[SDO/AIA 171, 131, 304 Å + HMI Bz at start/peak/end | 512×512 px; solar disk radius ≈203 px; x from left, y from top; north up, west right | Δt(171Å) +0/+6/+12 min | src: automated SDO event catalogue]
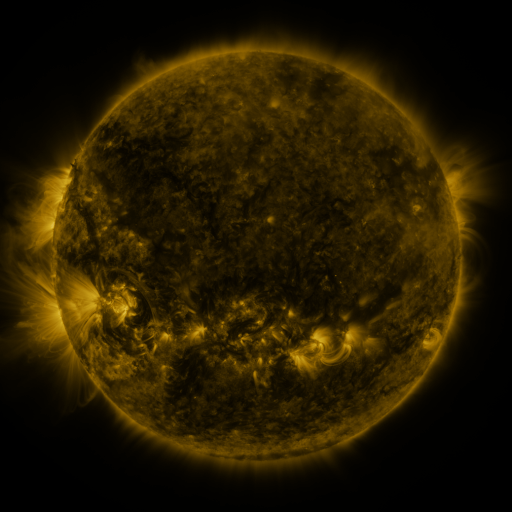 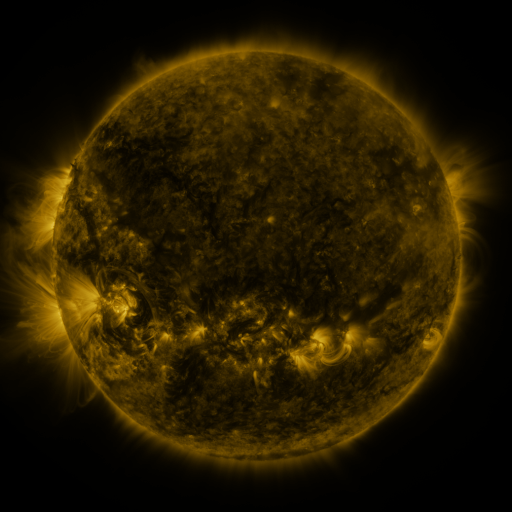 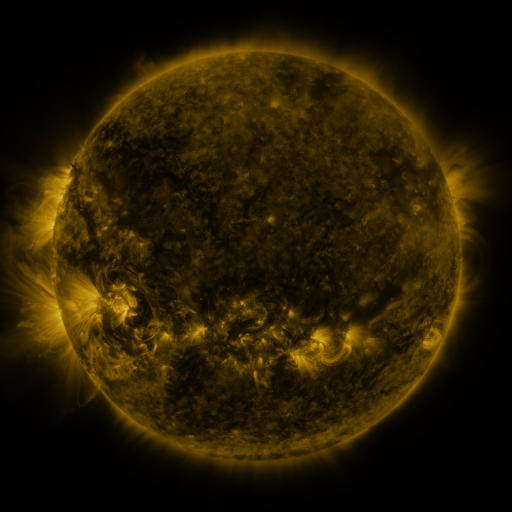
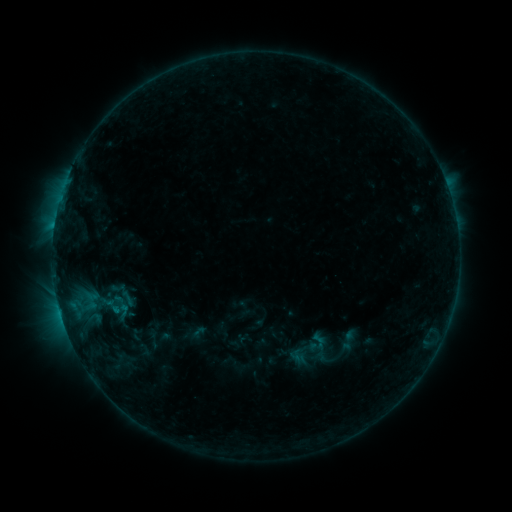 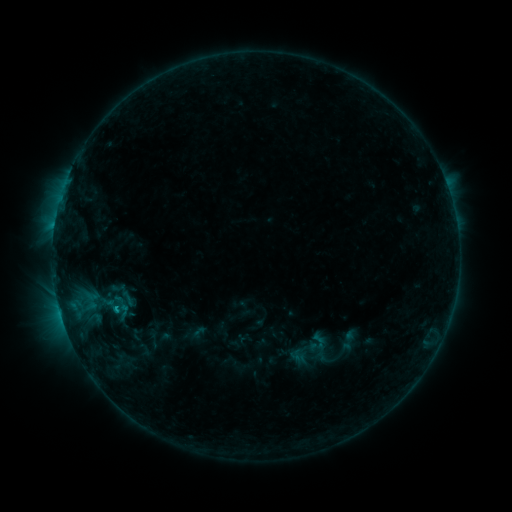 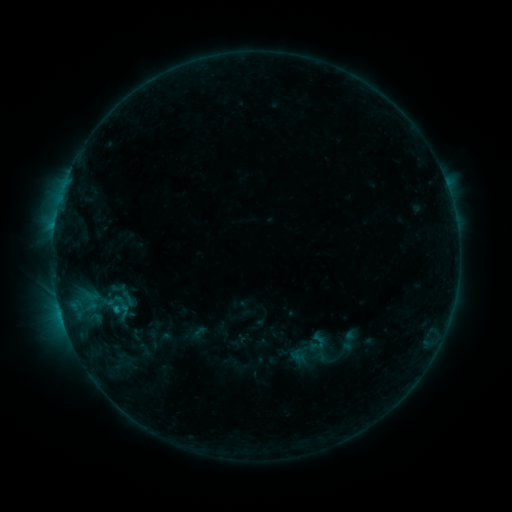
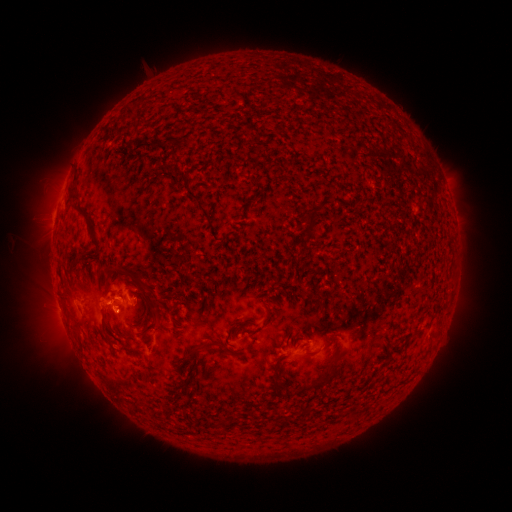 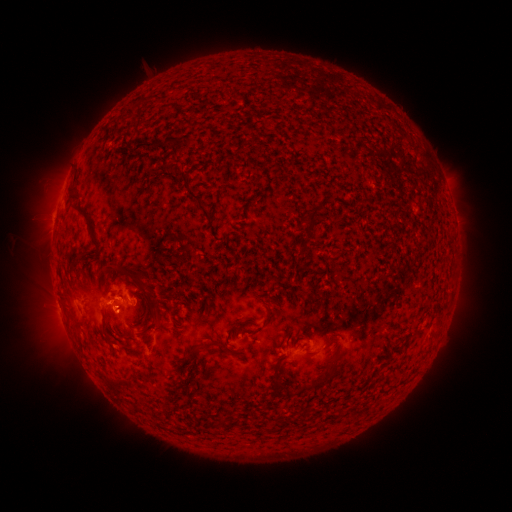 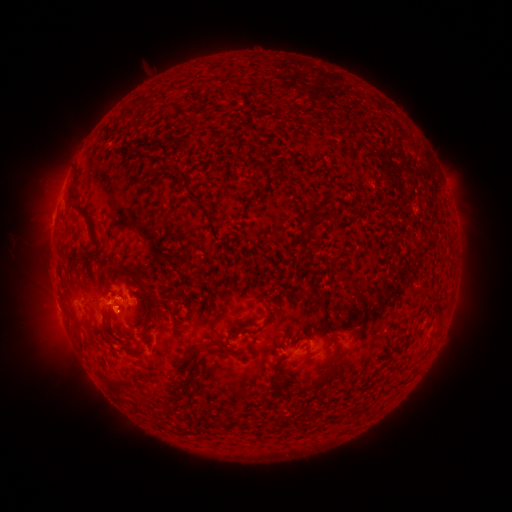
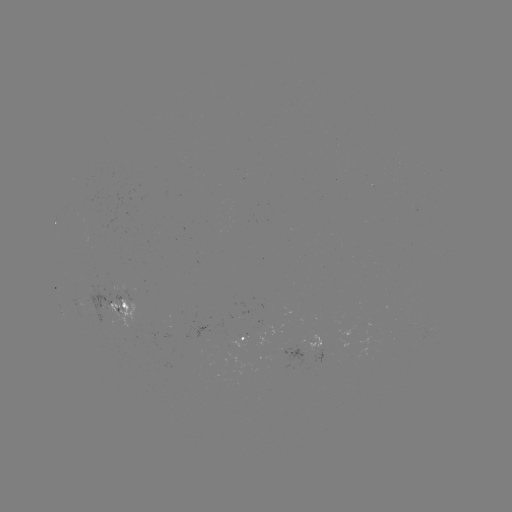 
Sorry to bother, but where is B8.3 flare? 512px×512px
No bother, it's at (116, 305).